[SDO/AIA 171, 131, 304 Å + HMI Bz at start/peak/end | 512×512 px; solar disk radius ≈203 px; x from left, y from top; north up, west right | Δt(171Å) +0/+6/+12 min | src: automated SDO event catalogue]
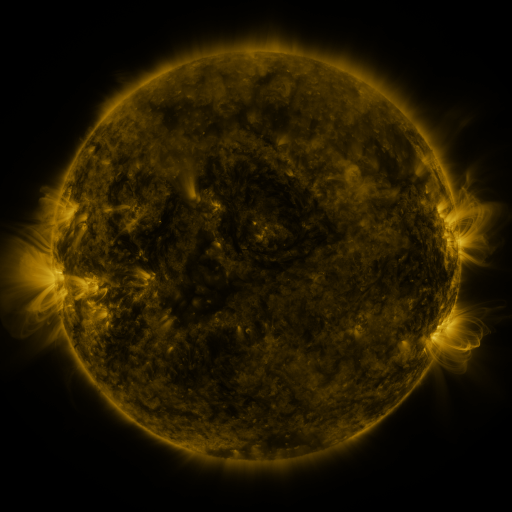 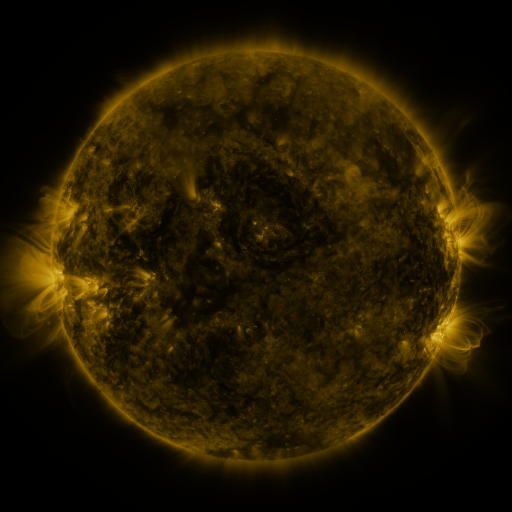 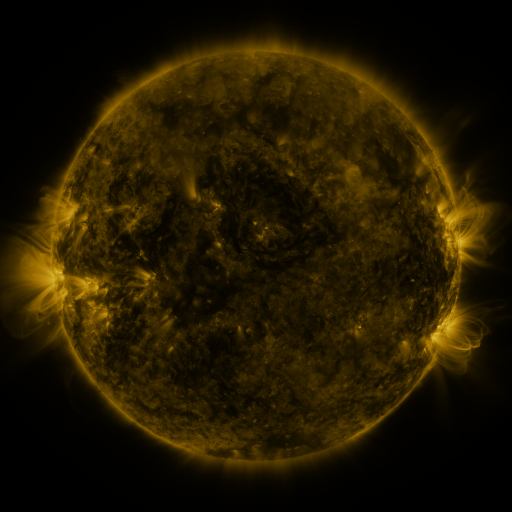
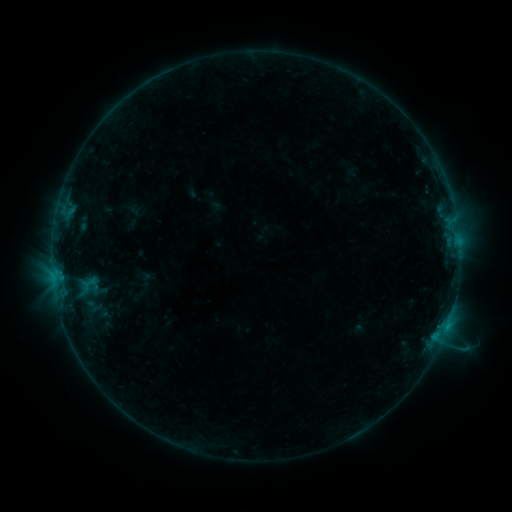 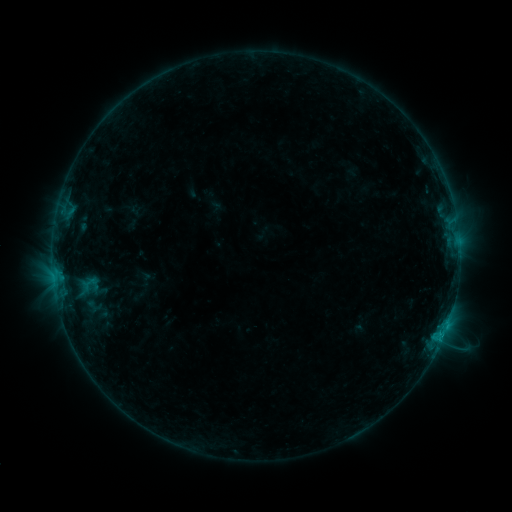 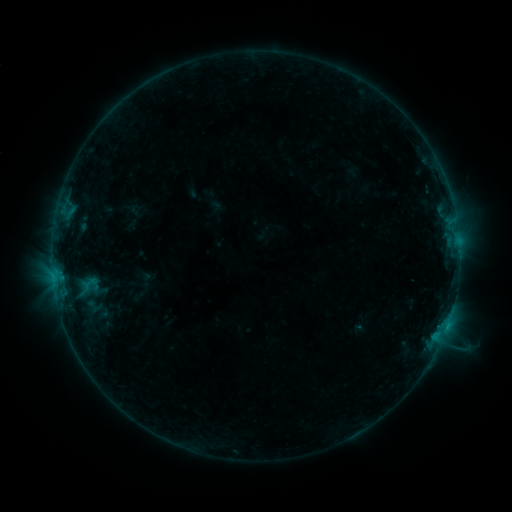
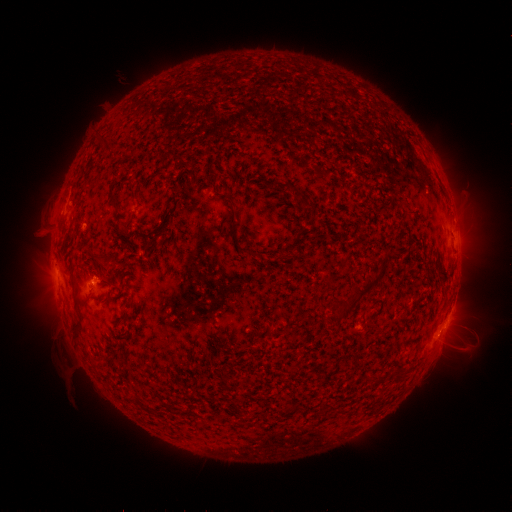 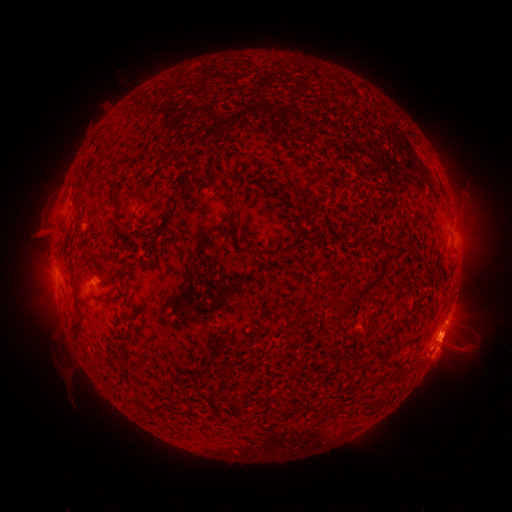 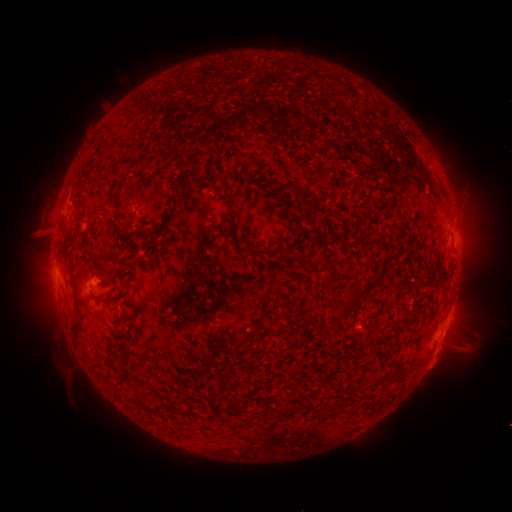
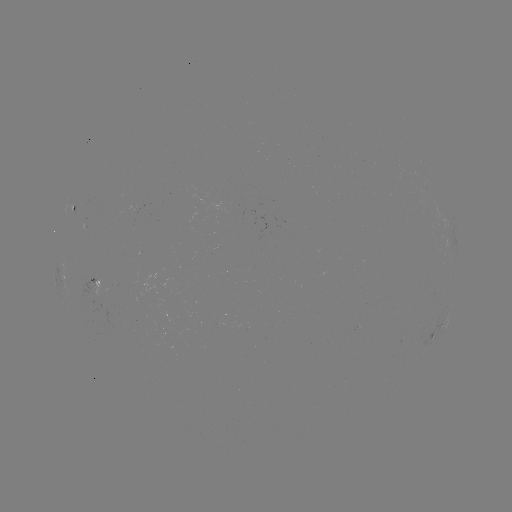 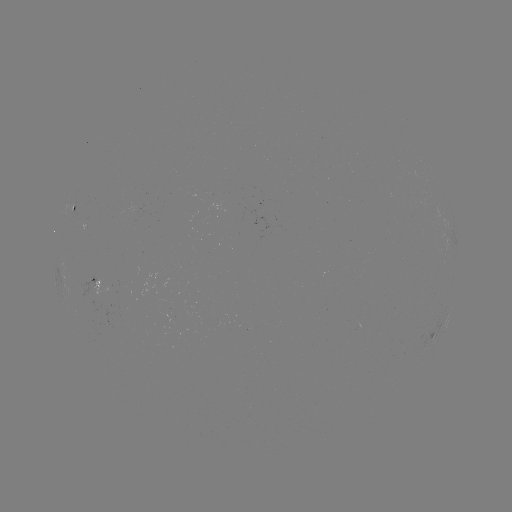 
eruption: (391, 290, 482, 383)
